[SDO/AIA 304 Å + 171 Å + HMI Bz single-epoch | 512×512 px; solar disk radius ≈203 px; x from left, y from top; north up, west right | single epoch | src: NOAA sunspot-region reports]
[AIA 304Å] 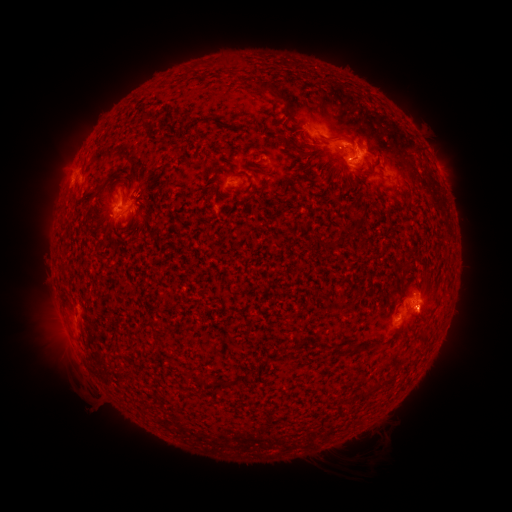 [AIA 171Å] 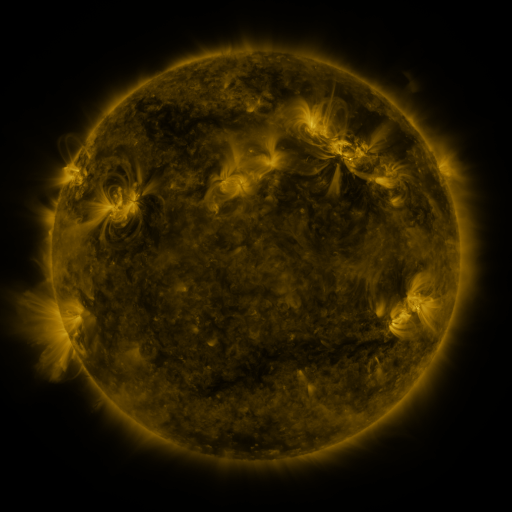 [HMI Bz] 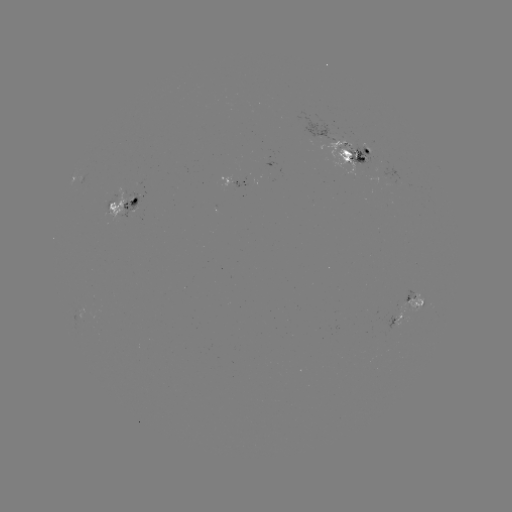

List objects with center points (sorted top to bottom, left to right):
spotted active region: (360, 154)
spotted active region: (442, 174)
spotted active region: (238, 182)
spotted active region: (124, 201)
spotted active region: (405, 313)
